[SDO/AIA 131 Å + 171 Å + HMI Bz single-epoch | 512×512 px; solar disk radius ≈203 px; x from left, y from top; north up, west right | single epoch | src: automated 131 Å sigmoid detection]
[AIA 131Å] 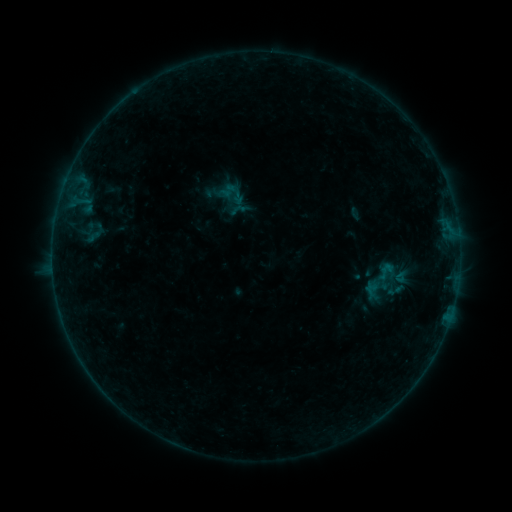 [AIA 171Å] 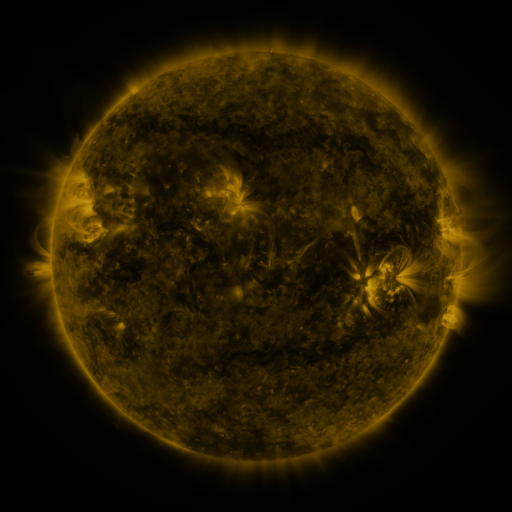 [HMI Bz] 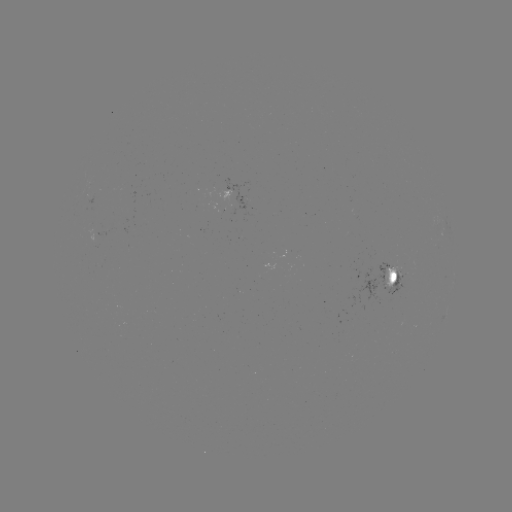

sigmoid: <bbox>83, 220, 107, 245</bbox>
